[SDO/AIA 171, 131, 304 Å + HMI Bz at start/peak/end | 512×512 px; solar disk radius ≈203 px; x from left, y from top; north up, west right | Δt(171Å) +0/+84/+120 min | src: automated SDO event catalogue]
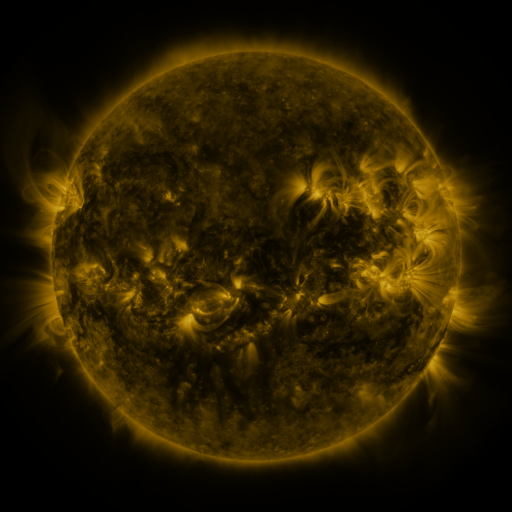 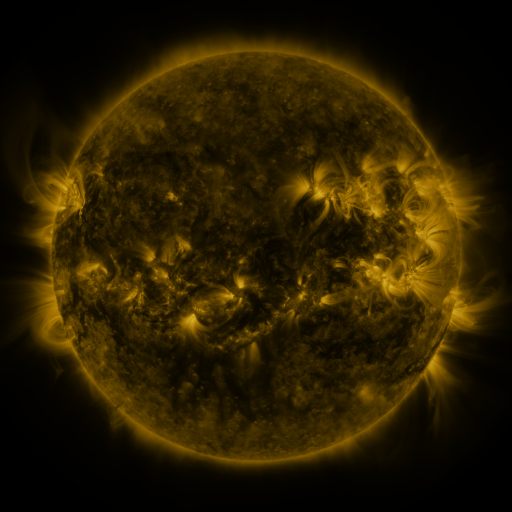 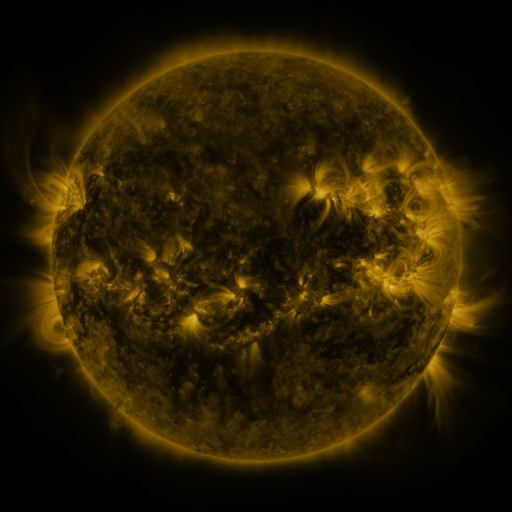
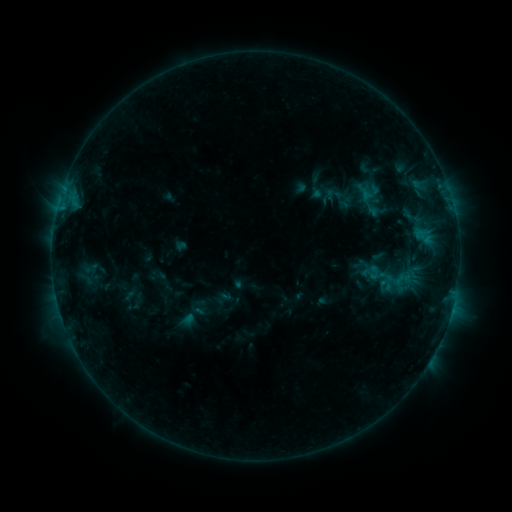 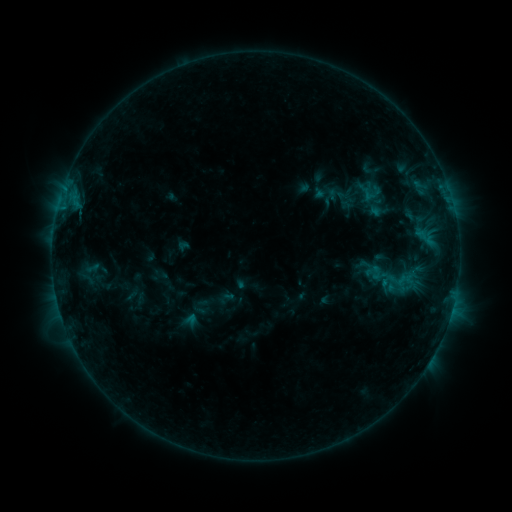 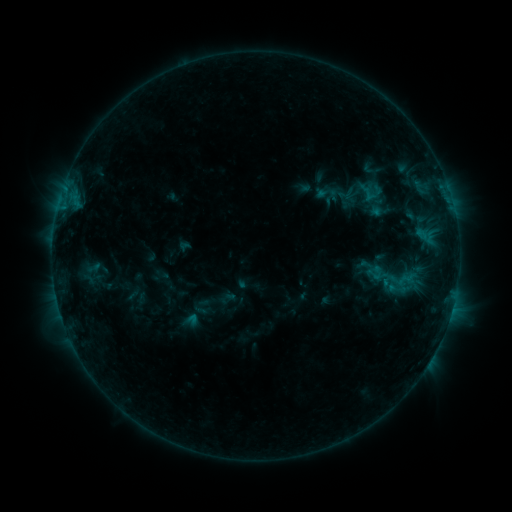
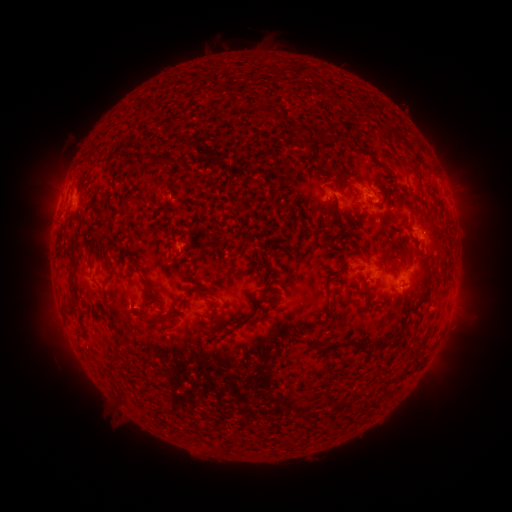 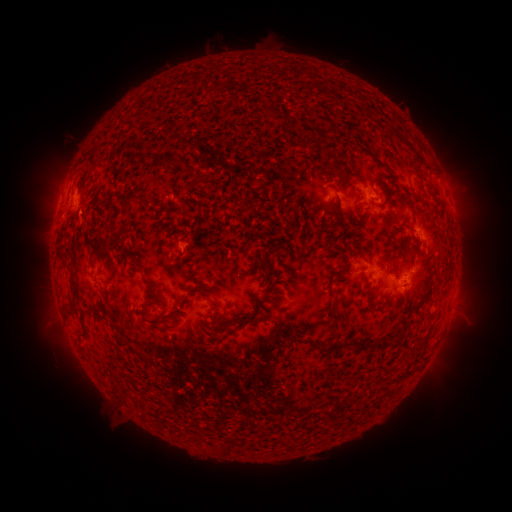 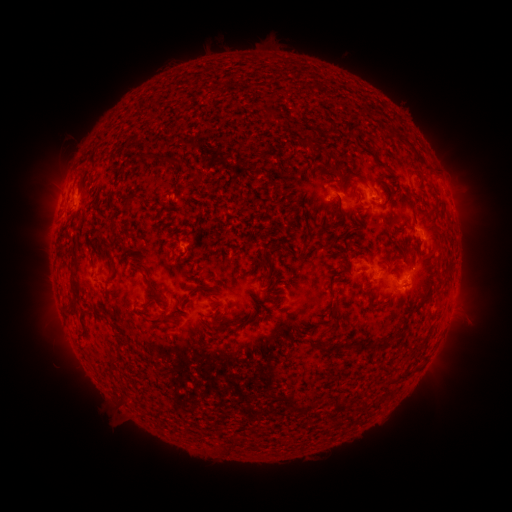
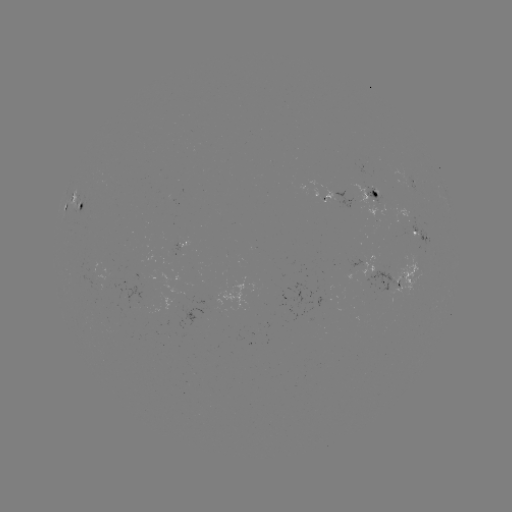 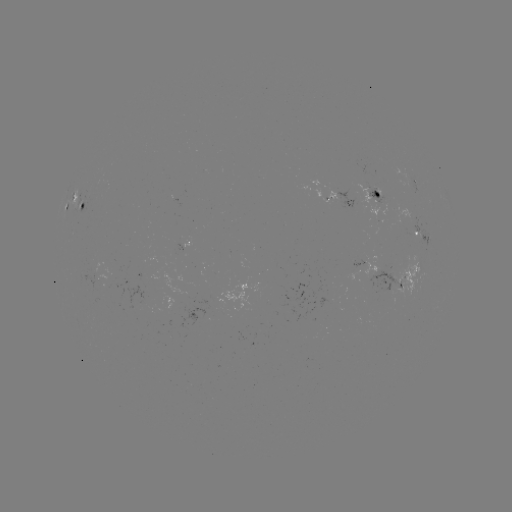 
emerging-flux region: <bbox>412, 219, 427, 238</bbox>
